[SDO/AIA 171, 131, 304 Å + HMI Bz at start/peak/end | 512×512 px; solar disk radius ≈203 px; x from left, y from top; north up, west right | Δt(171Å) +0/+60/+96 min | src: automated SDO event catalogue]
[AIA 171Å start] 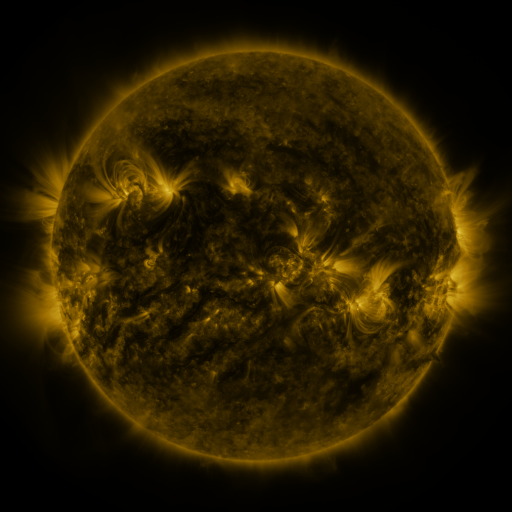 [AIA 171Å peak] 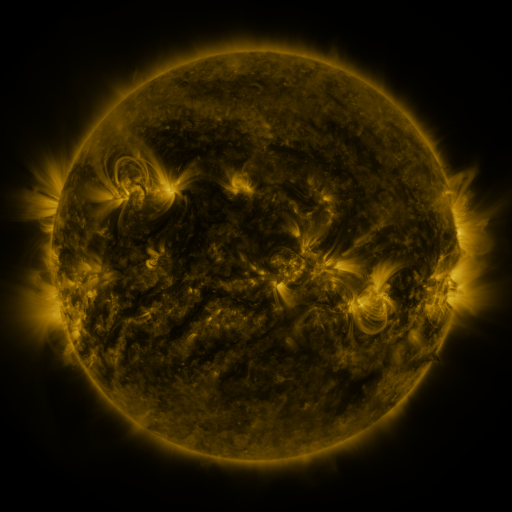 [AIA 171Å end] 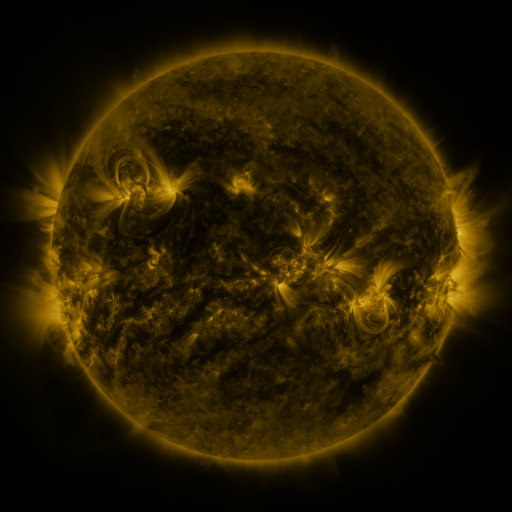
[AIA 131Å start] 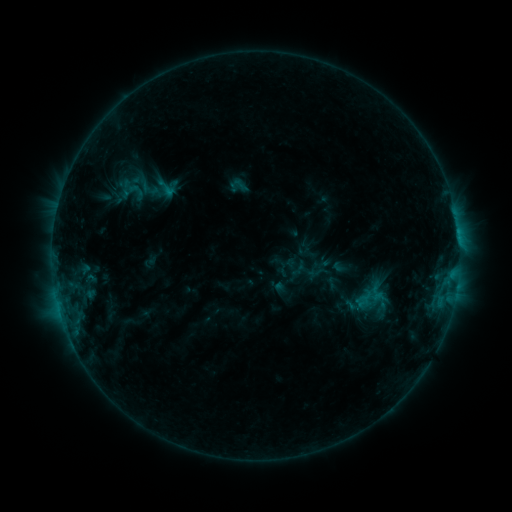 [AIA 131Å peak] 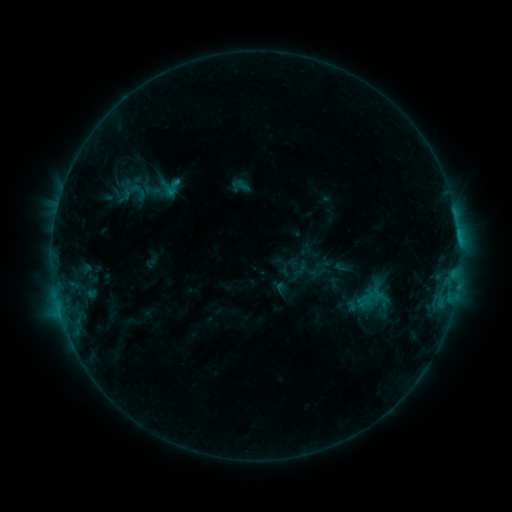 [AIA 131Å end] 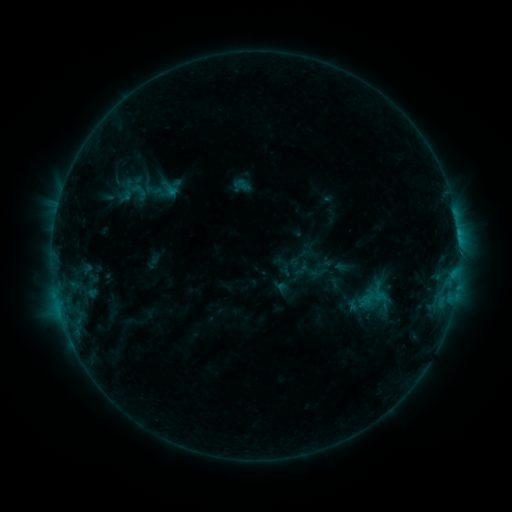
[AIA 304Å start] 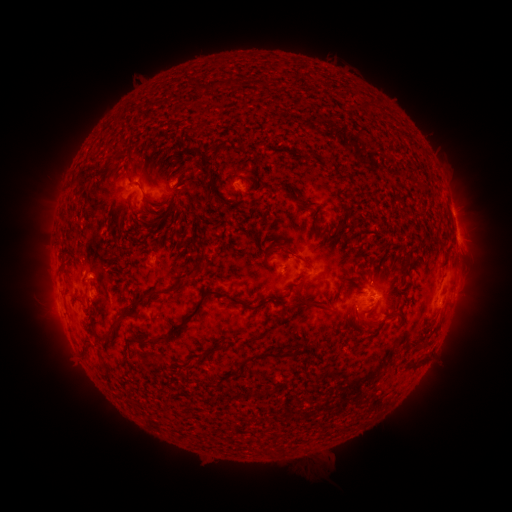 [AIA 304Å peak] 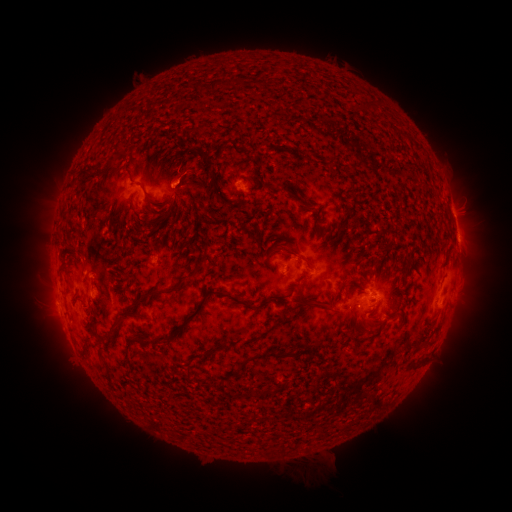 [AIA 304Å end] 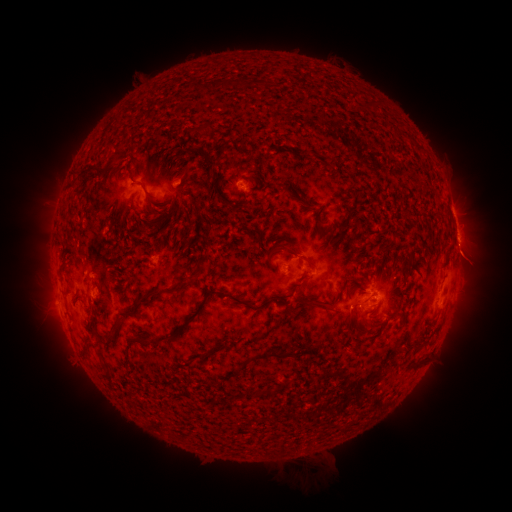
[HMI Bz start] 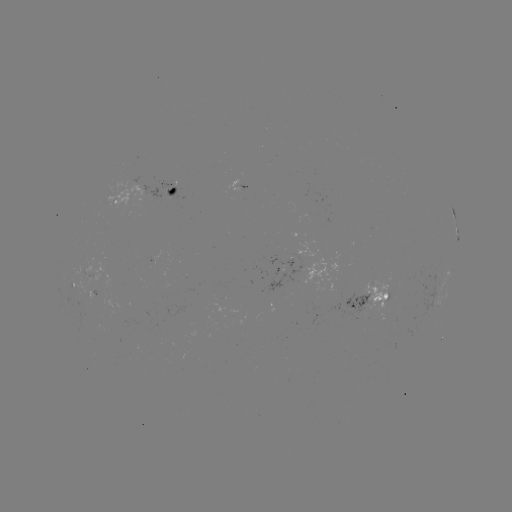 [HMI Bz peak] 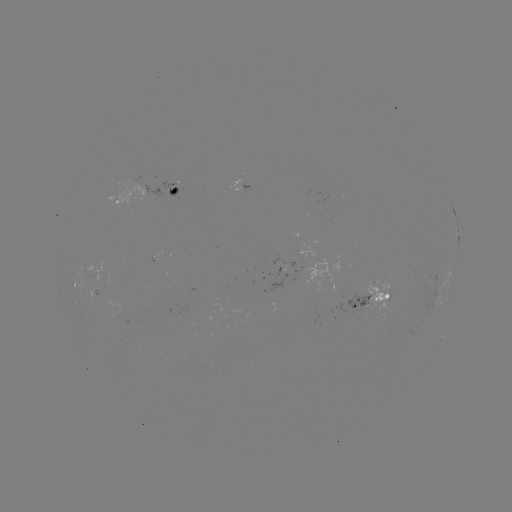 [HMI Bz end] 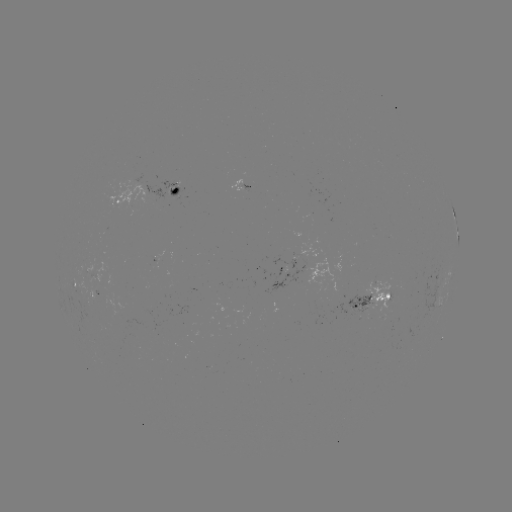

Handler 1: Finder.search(emerging-flux region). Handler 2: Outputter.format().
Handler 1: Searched emerging-flux region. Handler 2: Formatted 385,308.